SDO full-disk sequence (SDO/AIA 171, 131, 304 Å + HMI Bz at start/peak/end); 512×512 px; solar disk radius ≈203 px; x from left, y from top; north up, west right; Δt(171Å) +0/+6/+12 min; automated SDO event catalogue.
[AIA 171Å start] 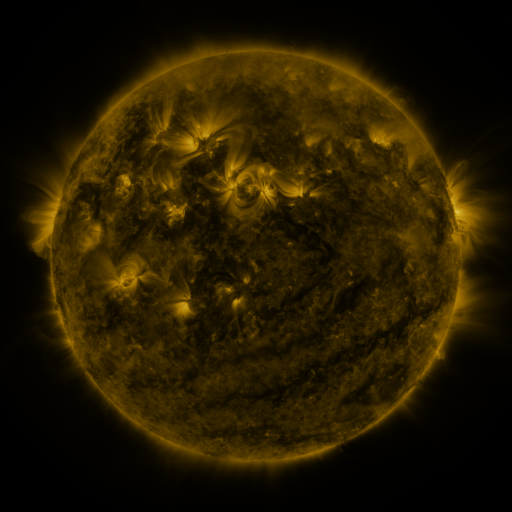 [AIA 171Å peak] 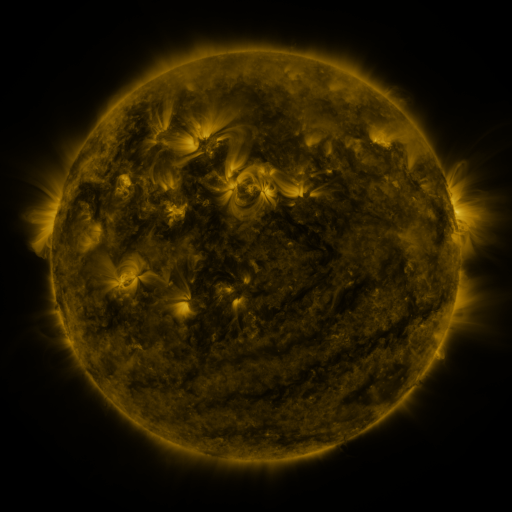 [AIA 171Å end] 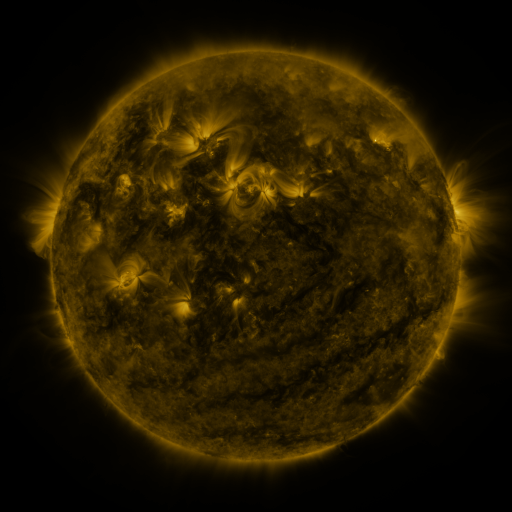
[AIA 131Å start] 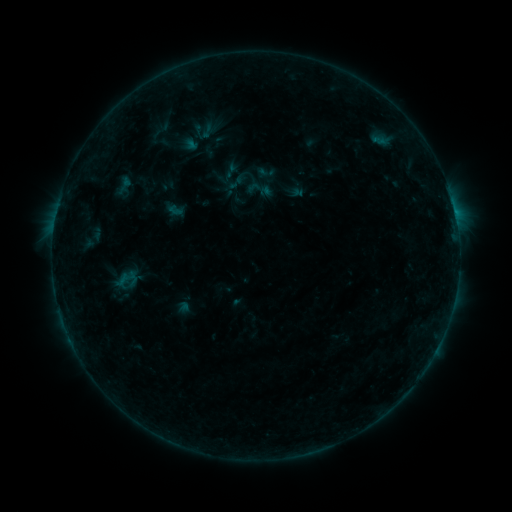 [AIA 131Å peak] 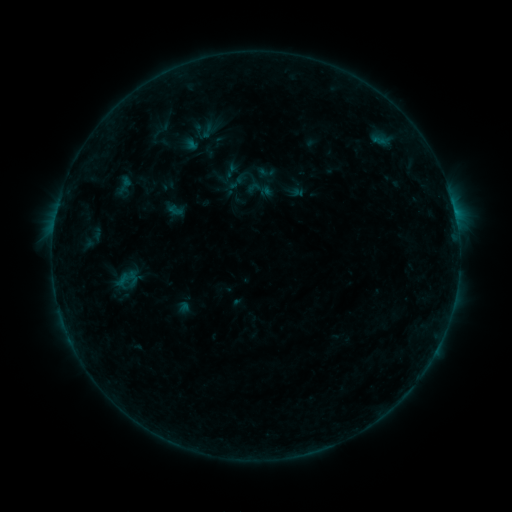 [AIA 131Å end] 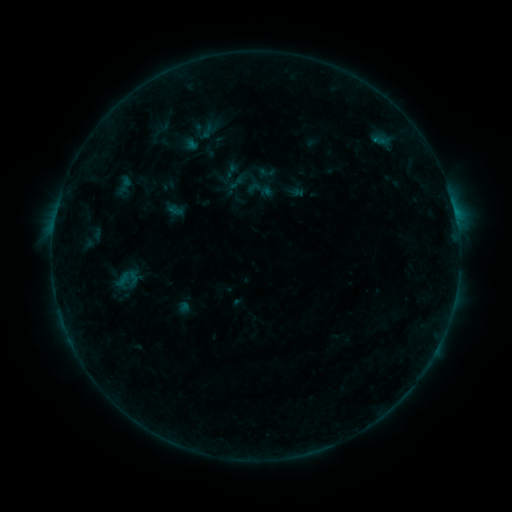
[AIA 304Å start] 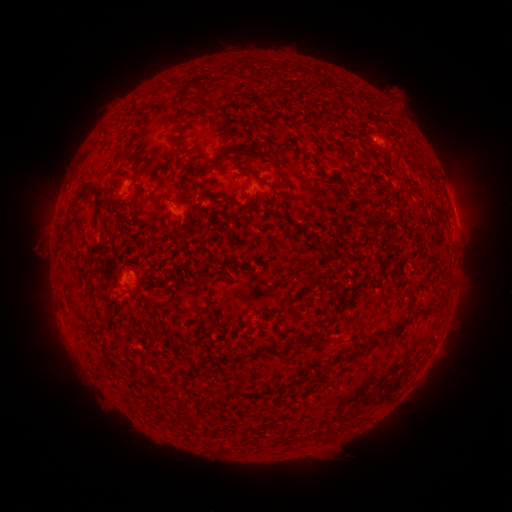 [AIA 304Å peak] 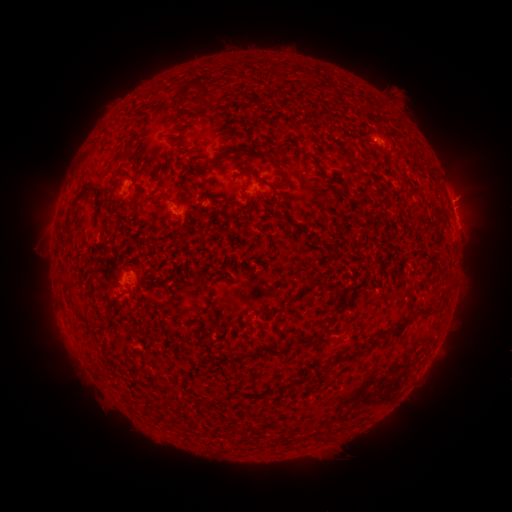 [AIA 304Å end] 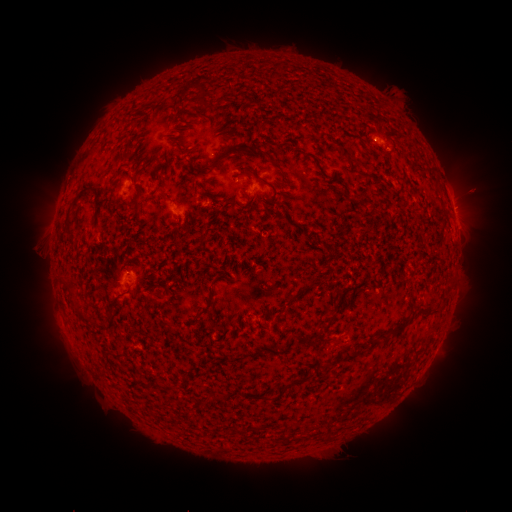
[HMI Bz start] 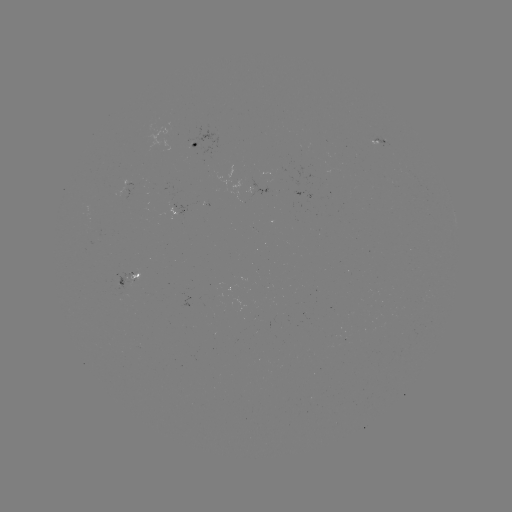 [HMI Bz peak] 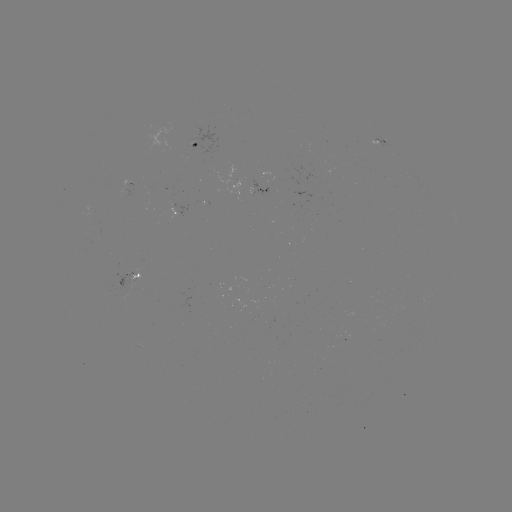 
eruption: (438, 168, 495, 222)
